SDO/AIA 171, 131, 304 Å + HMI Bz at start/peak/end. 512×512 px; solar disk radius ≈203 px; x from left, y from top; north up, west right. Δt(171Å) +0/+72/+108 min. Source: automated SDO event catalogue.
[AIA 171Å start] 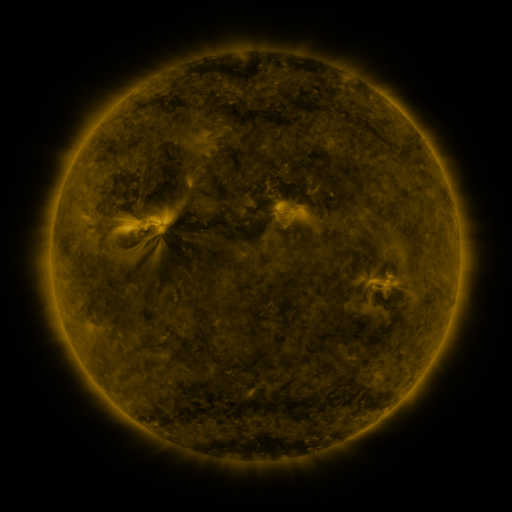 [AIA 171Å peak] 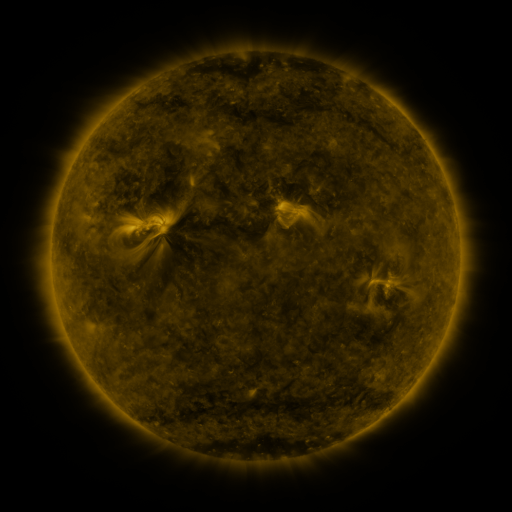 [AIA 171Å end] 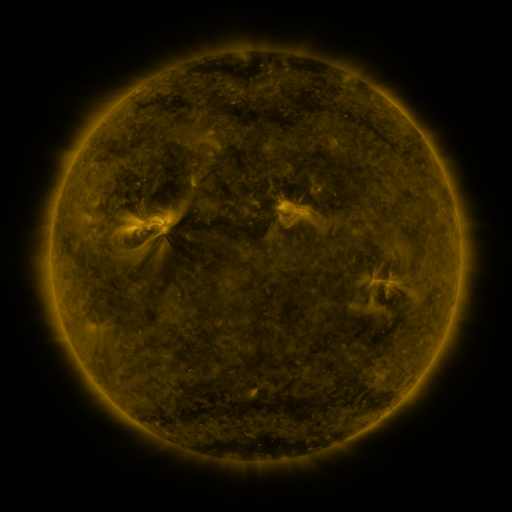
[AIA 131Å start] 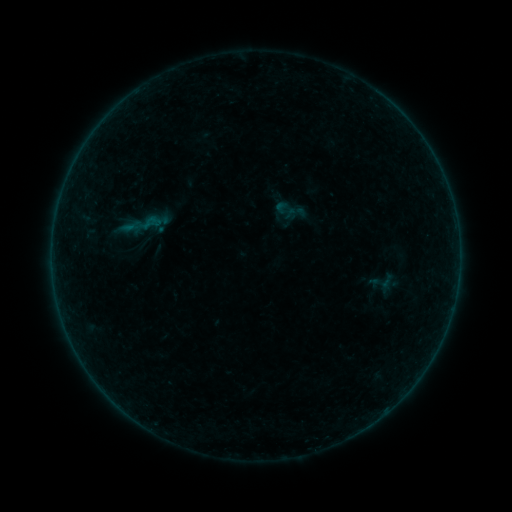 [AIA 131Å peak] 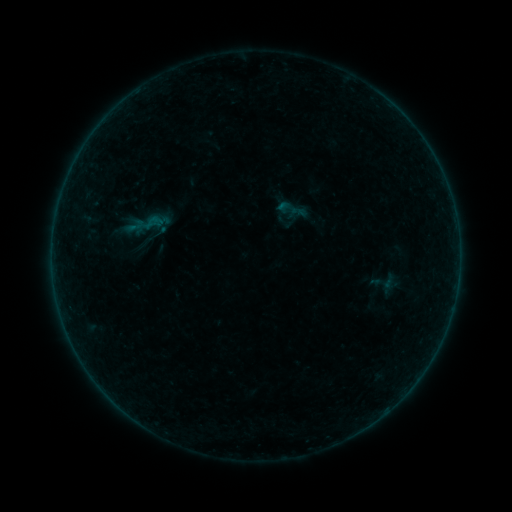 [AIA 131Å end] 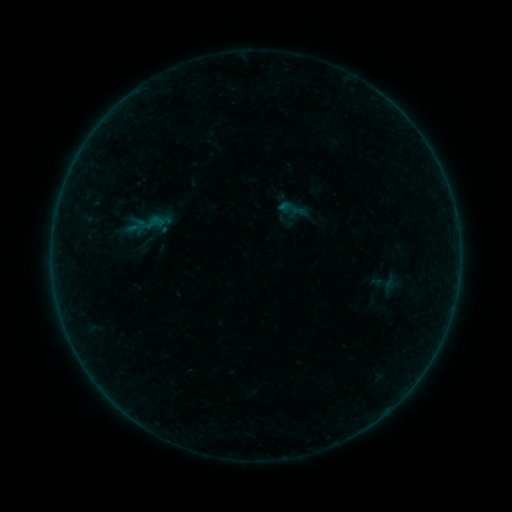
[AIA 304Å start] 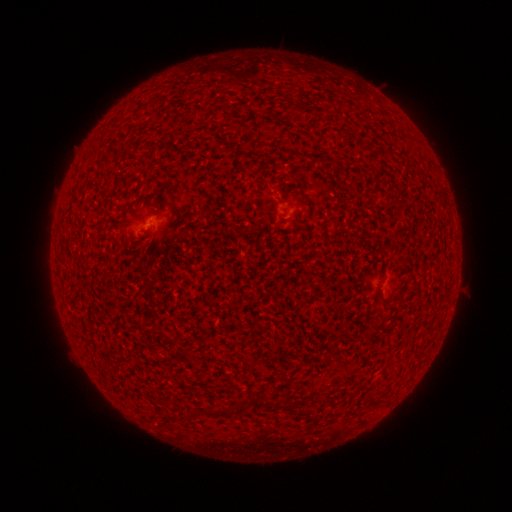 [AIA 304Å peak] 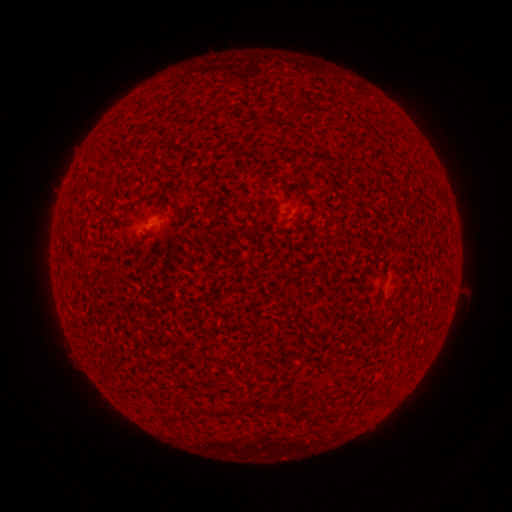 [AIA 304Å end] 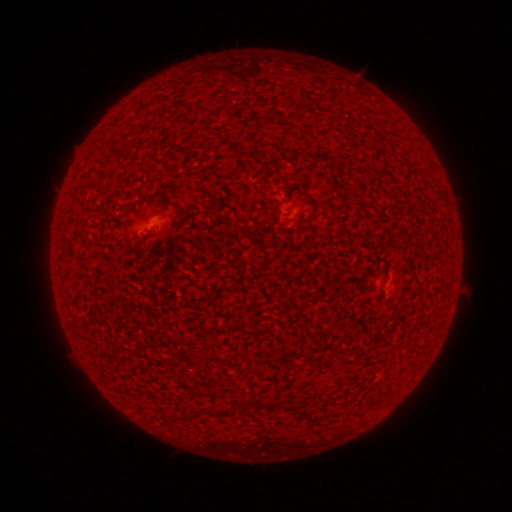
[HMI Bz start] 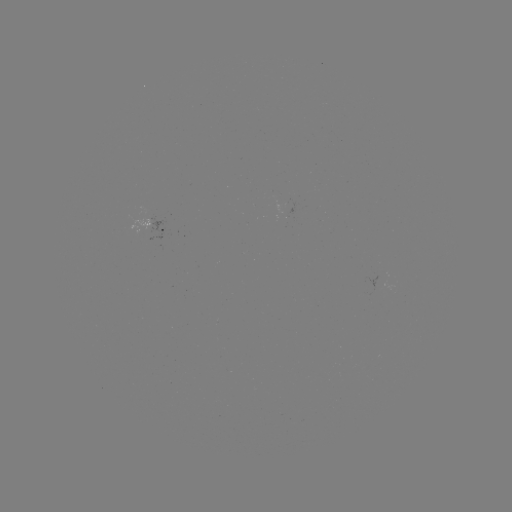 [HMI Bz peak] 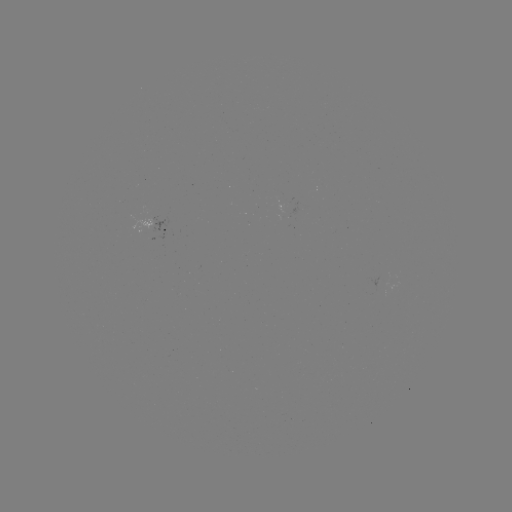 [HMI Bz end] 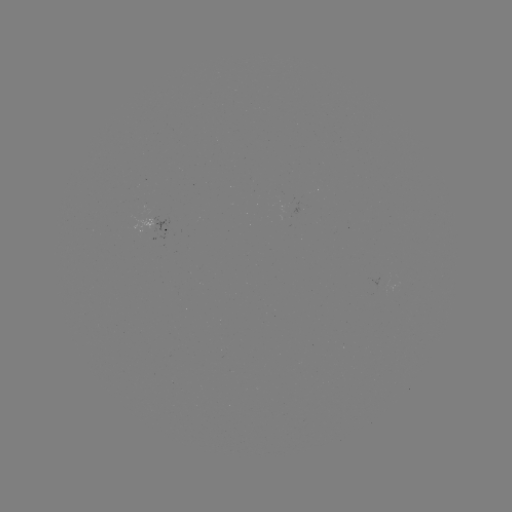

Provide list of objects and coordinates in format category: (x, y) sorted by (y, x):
emerging-flux region: (285, 213)
